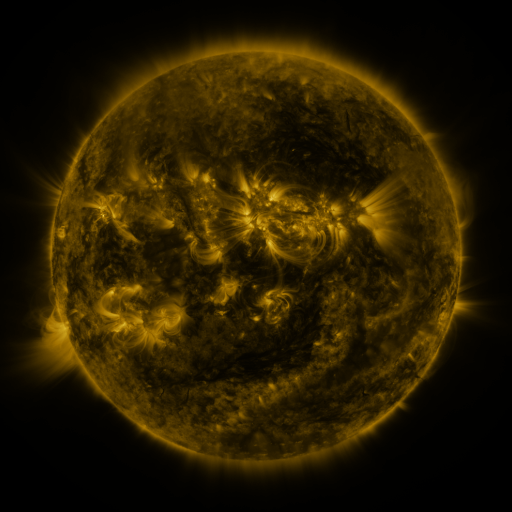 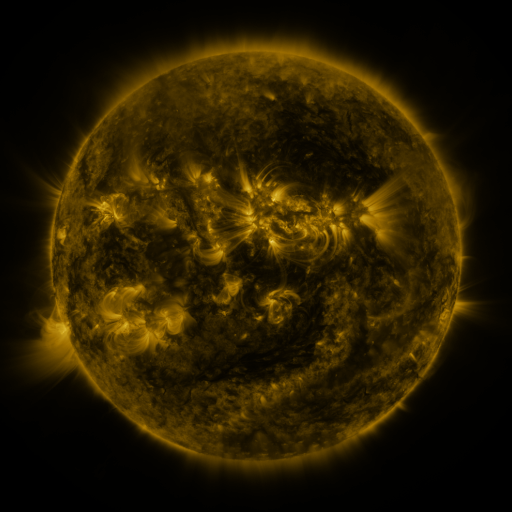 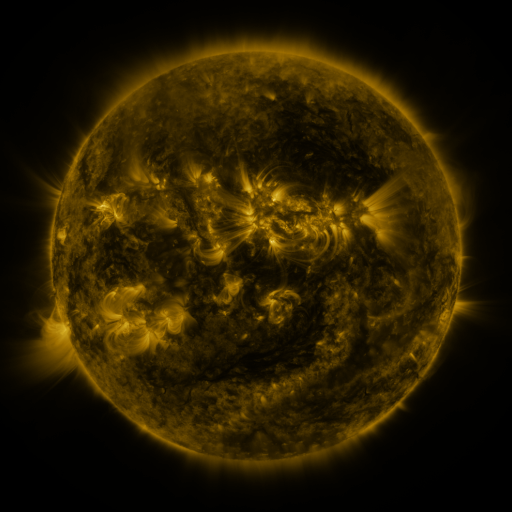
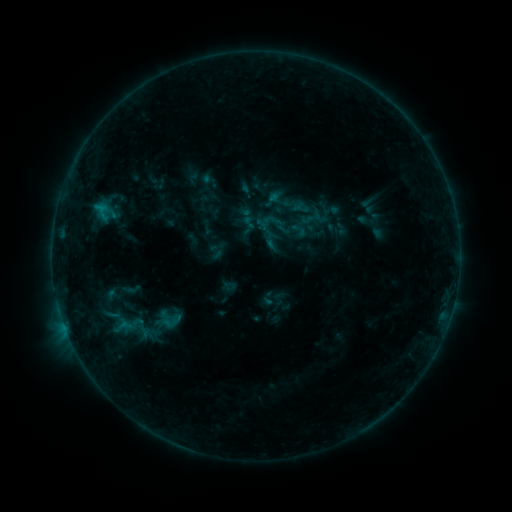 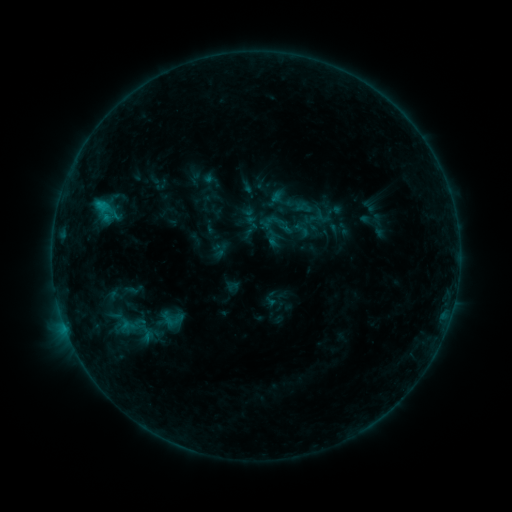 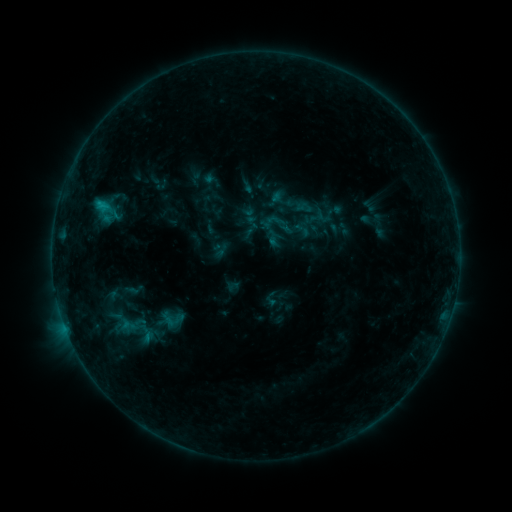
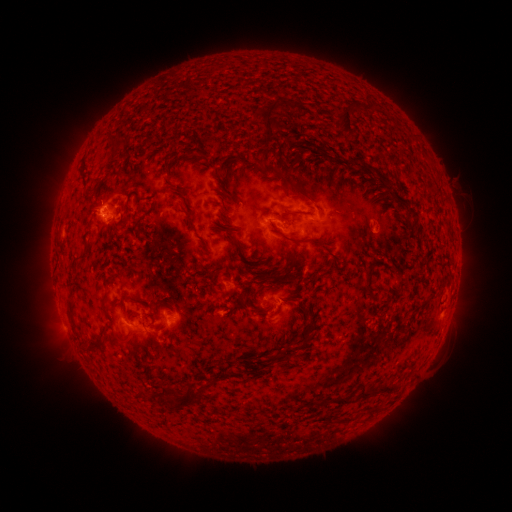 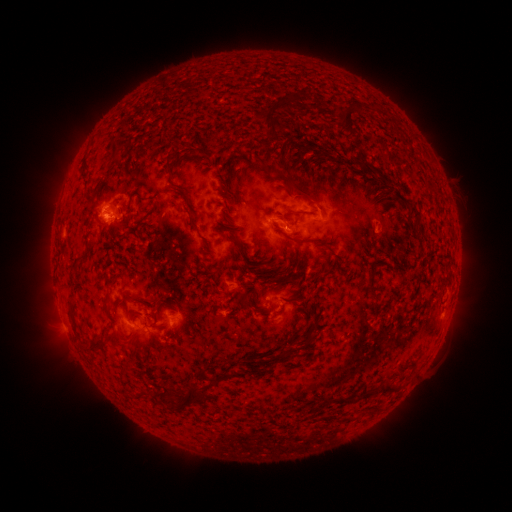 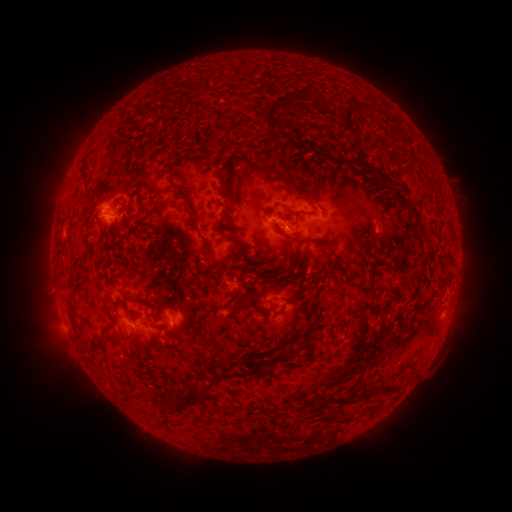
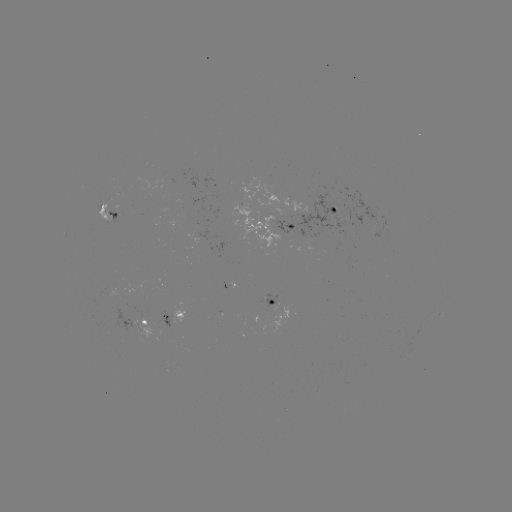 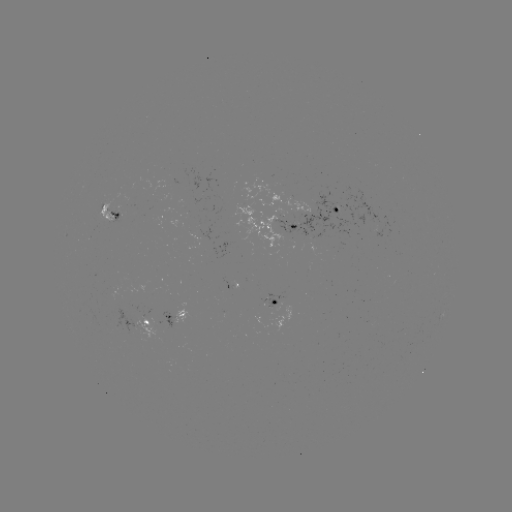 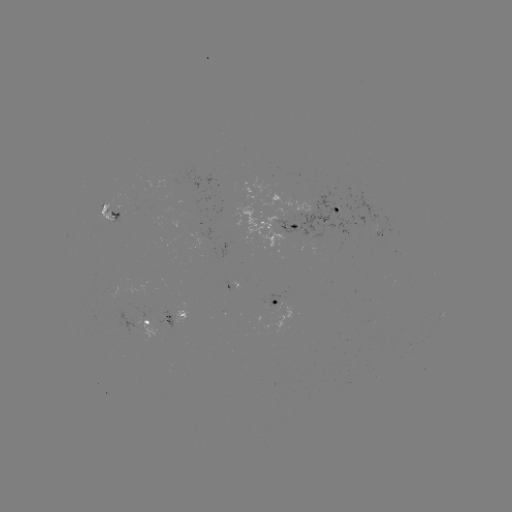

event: emerging-flux region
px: (104, 208)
